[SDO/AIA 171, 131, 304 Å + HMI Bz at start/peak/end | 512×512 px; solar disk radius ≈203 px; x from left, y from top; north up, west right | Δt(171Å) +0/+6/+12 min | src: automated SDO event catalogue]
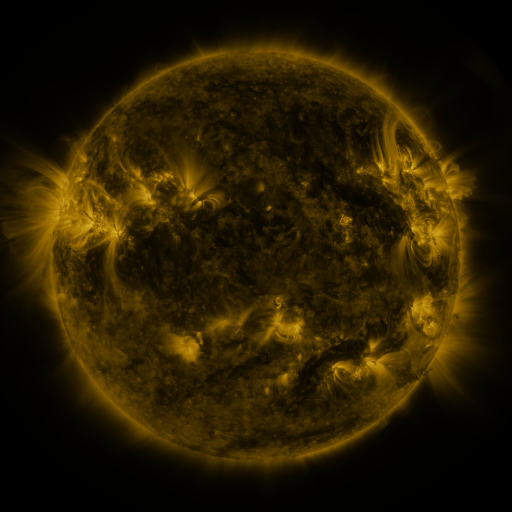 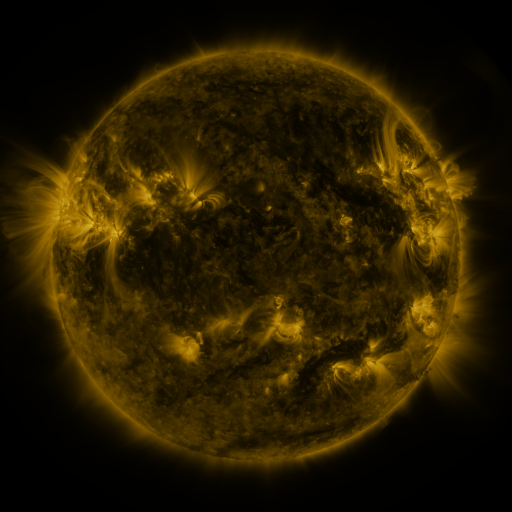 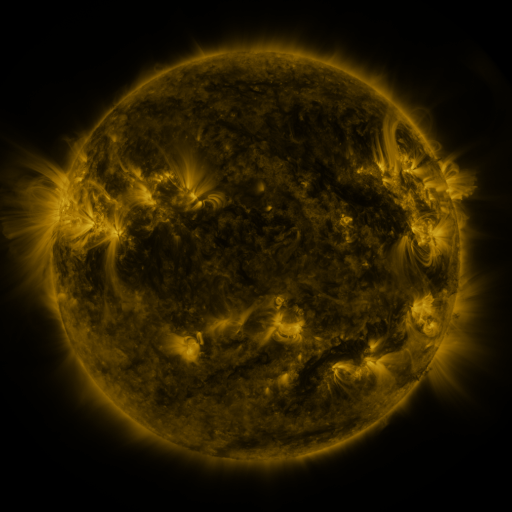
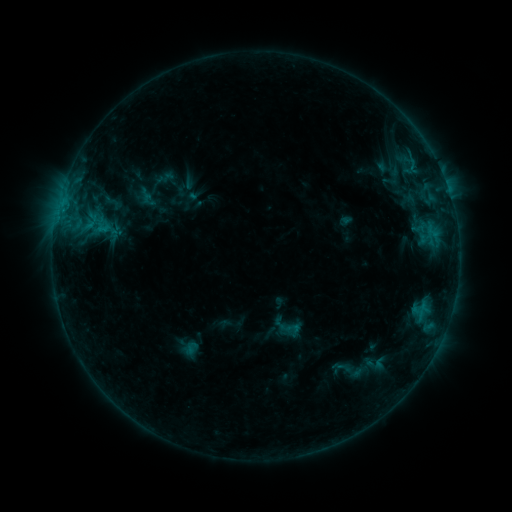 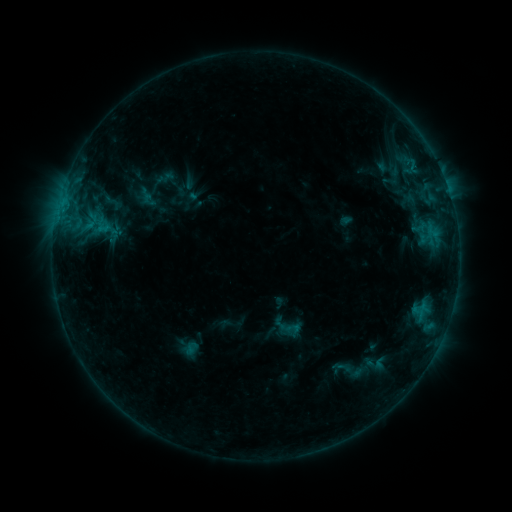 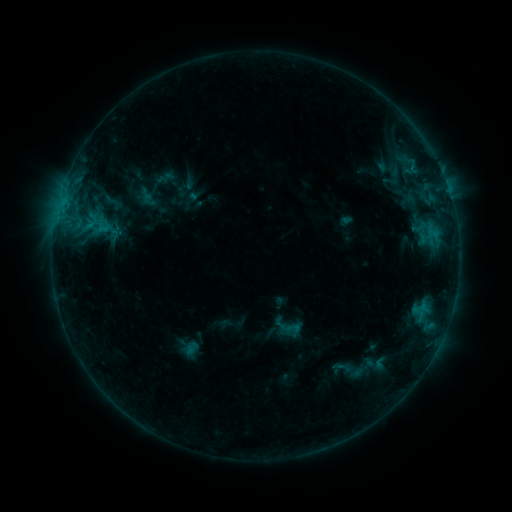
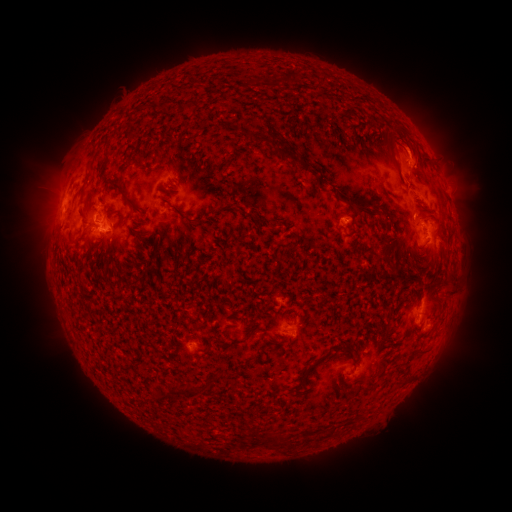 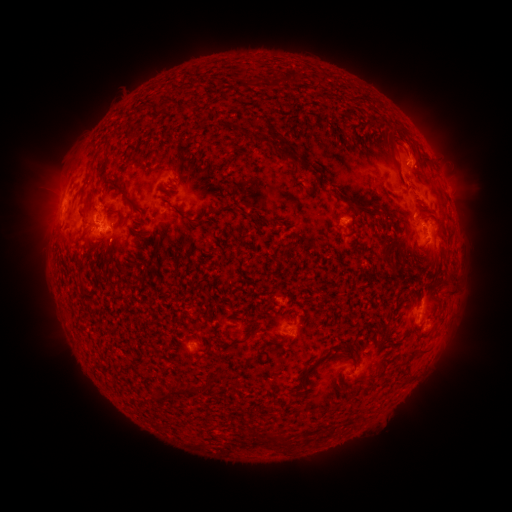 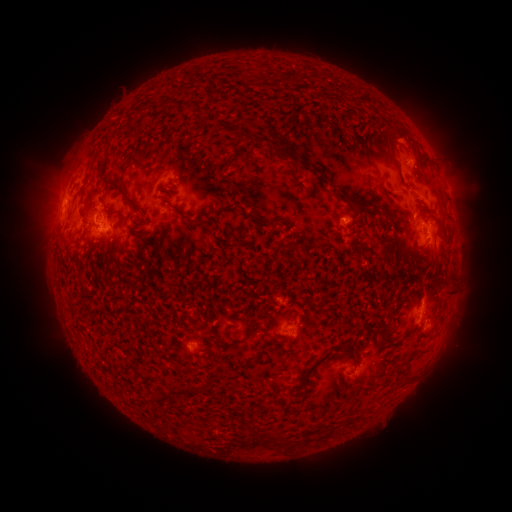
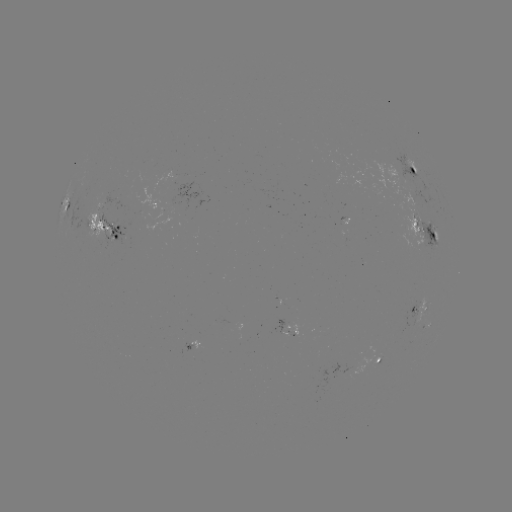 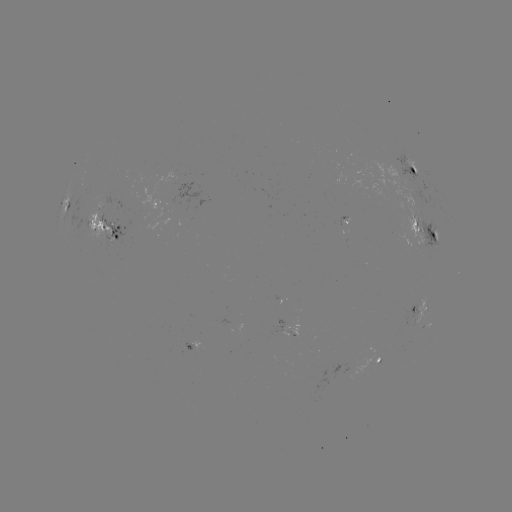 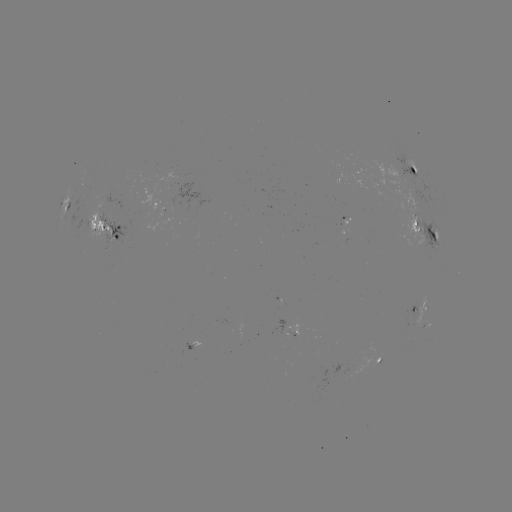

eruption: (380, 114, 429, 165)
